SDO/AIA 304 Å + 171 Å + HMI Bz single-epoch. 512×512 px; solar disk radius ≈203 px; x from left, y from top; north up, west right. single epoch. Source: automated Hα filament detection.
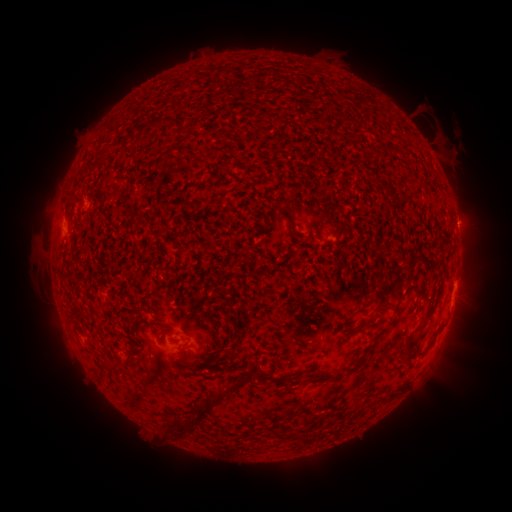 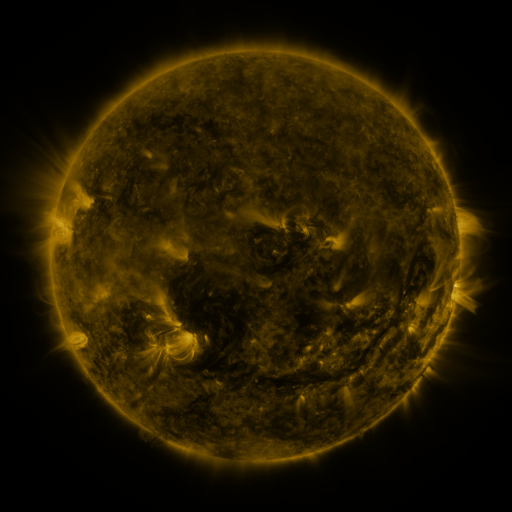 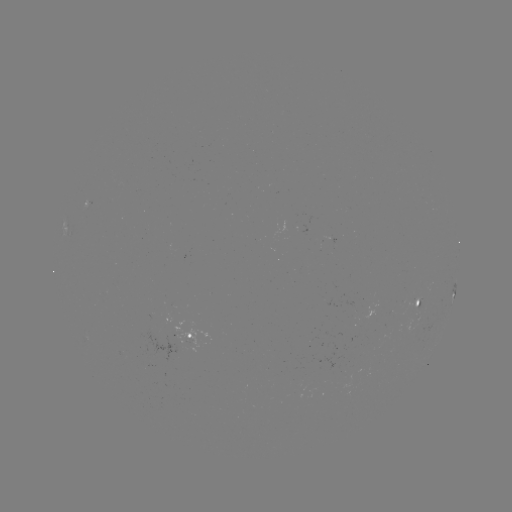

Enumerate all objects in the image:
filament: (103, 210)
filament: (319, 231)
filament: (385, 292)
filament: (136, 311)
filament: (357, 312)
filament: (362, 328)
filament: (412, 344)
filament: (231, 359)
filament: (370, 362)
filament: (262, 372)
filament: (391, 395)
filament: (202, 408)
